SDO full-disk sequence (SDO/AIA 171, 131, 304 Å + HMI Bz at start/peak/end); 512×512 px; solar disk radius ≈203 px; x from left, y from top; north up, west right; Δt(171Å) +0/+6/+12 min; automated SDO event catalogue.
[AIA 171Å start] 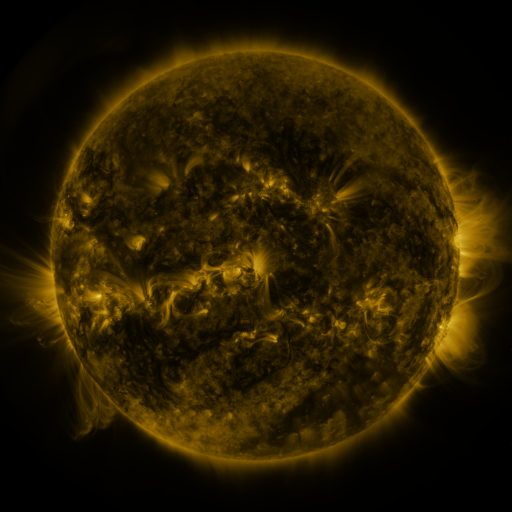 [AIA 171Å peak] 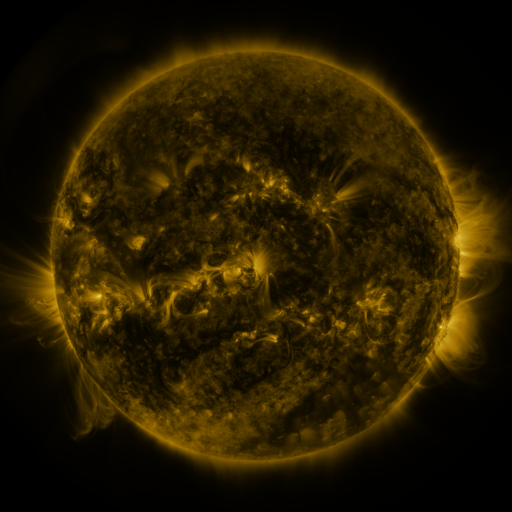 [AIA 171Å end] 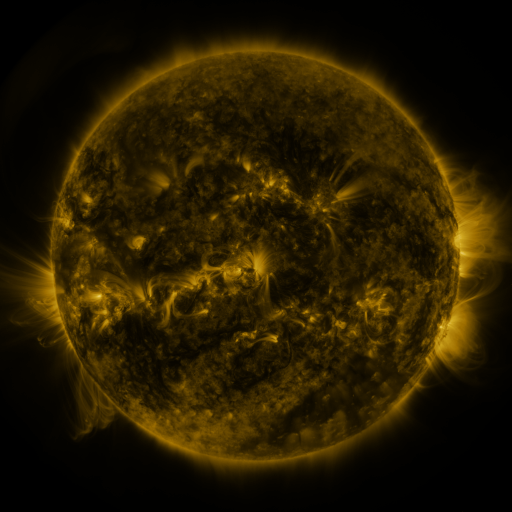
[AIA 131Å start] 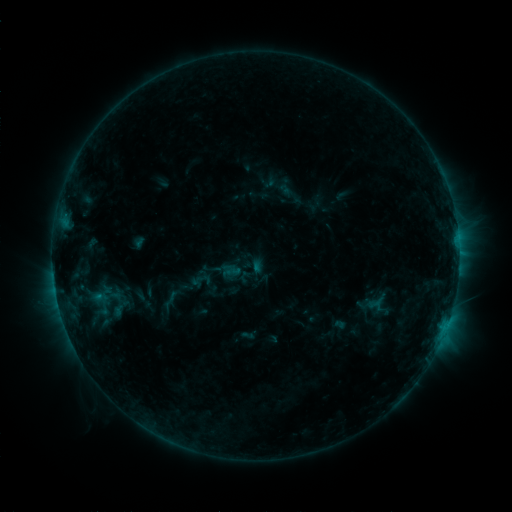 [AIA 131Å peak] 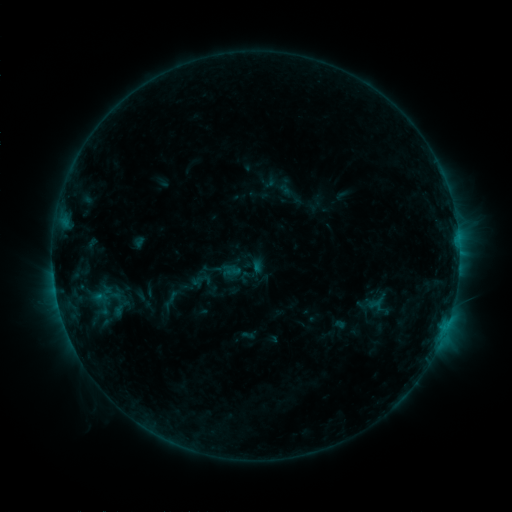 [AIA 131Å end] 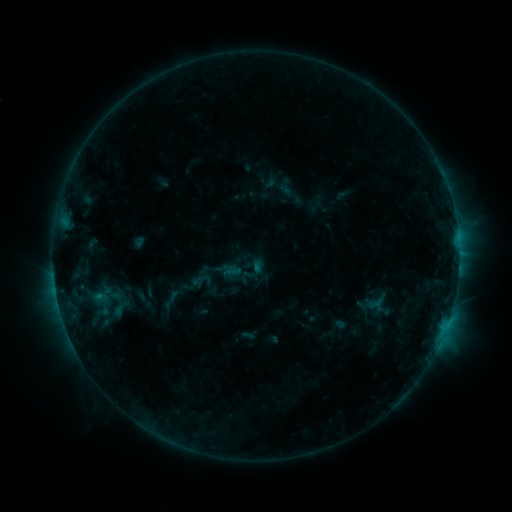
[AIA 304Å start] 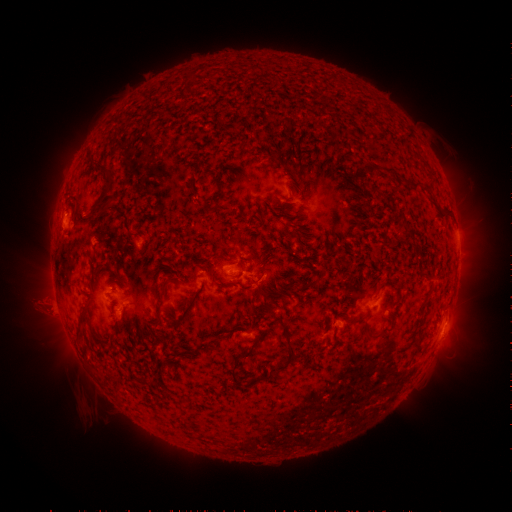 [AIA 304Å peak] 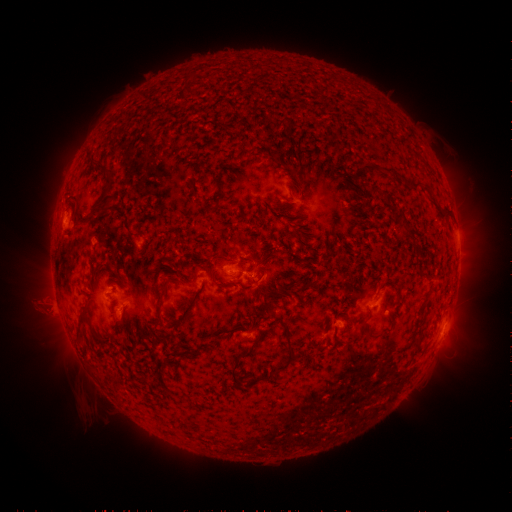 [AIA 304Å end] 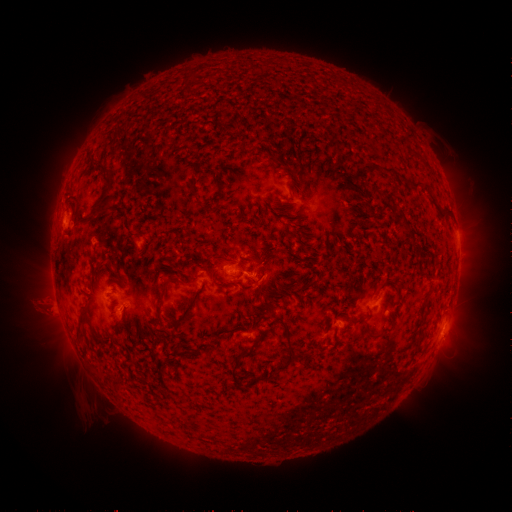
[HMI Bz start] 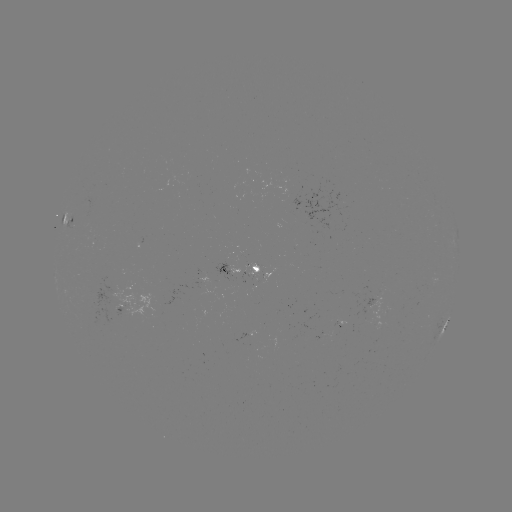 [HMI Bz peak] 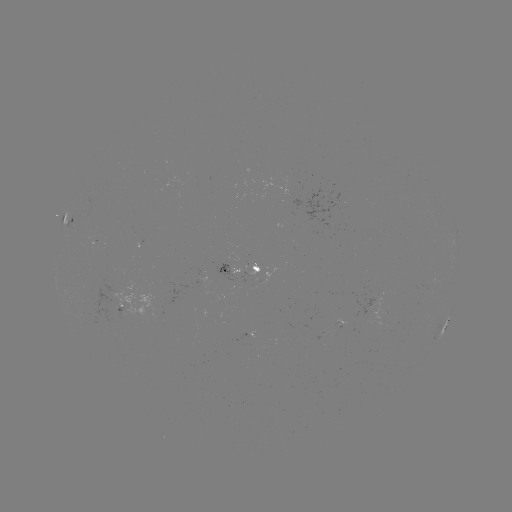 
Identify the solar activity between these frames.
no flare in any classed list; no EUV-trigger detection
